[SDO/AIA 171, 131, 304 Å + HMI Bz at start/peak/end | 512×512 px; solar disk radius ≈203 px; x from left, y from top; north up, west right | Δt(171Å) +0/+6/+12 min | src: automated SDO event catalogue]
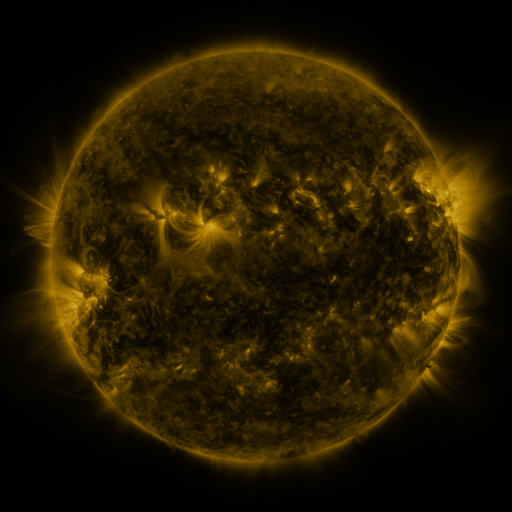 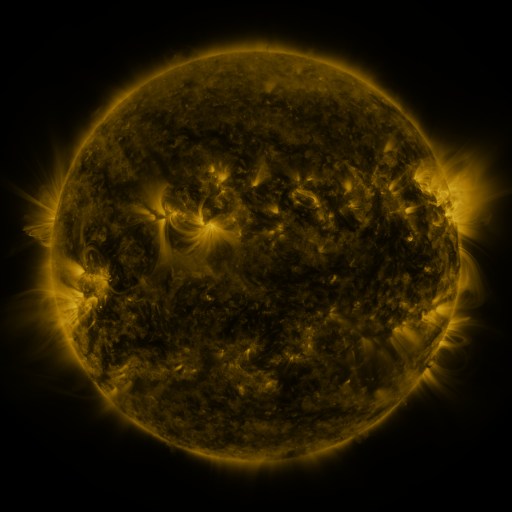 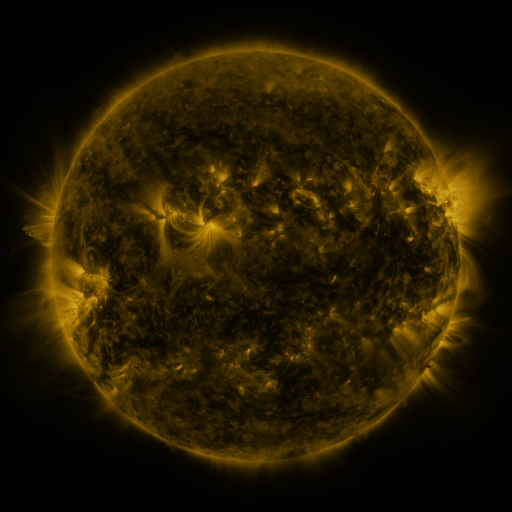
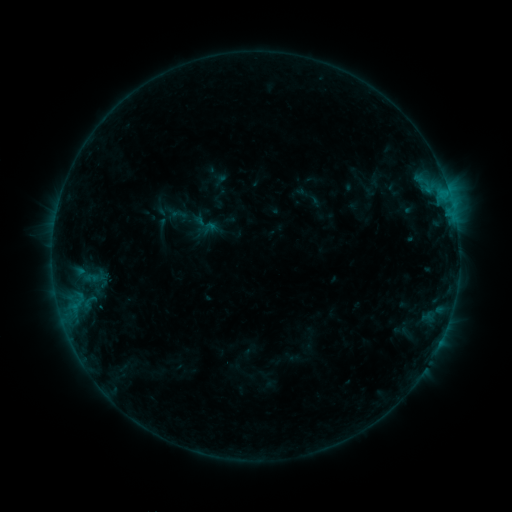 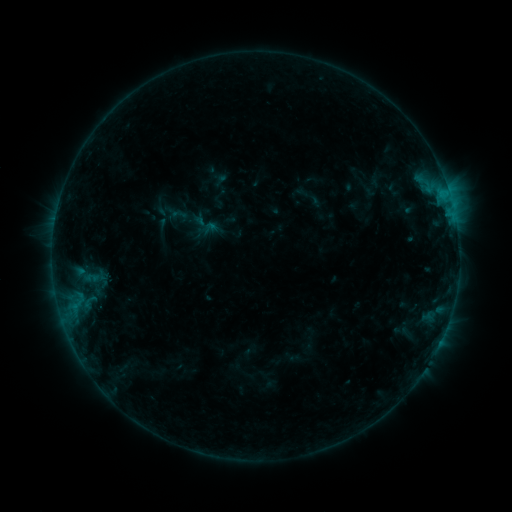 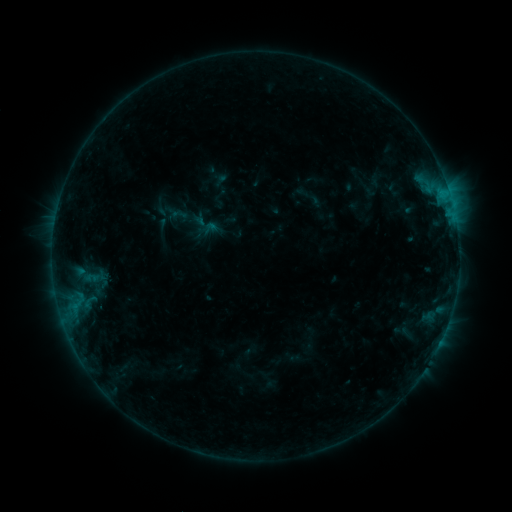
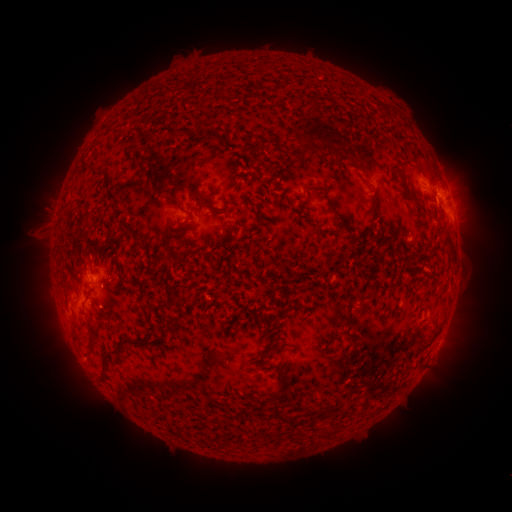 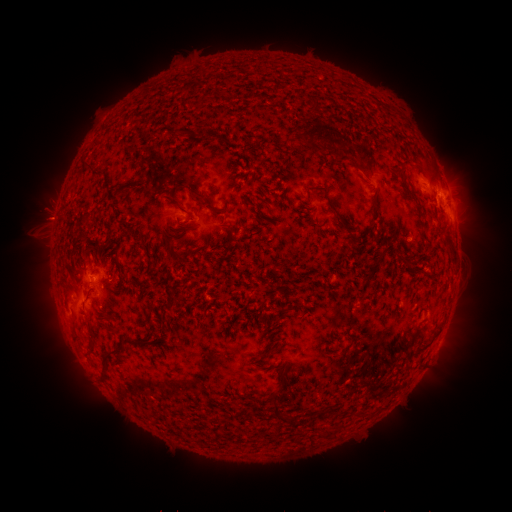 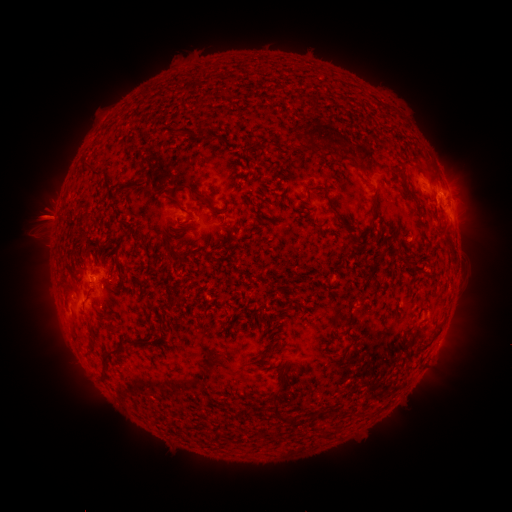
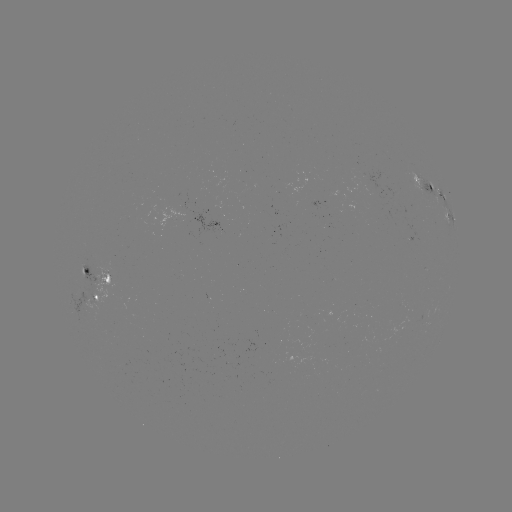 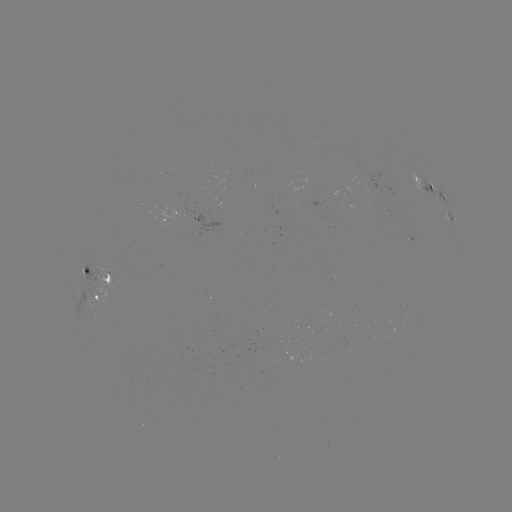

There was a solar eruption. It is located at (48, 218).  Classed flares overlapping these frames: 1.